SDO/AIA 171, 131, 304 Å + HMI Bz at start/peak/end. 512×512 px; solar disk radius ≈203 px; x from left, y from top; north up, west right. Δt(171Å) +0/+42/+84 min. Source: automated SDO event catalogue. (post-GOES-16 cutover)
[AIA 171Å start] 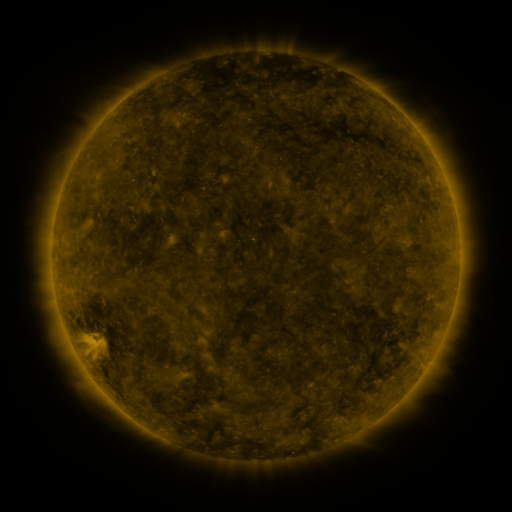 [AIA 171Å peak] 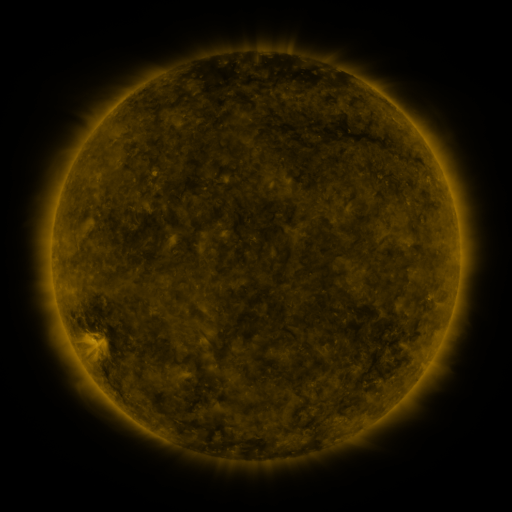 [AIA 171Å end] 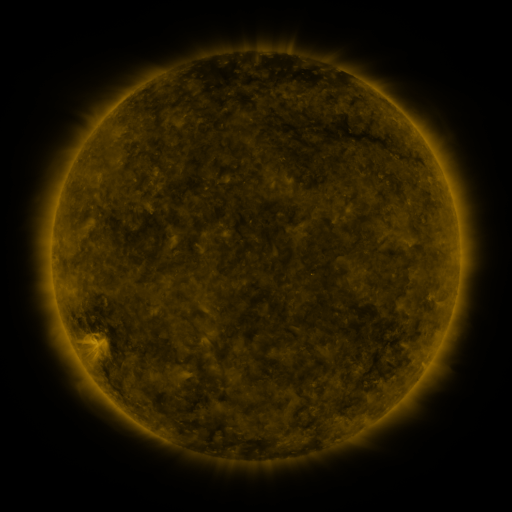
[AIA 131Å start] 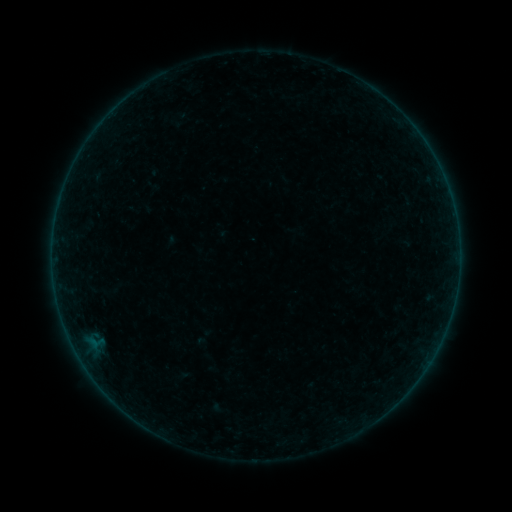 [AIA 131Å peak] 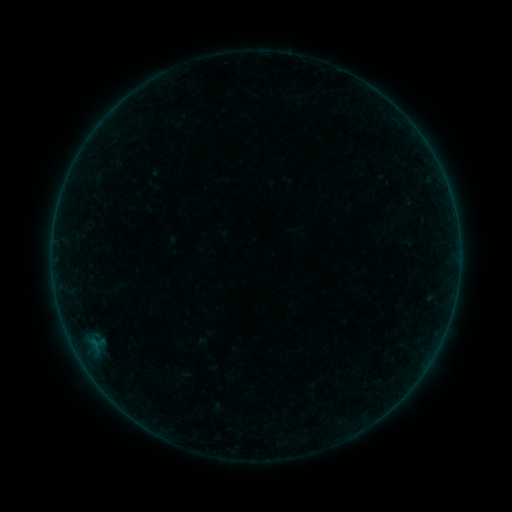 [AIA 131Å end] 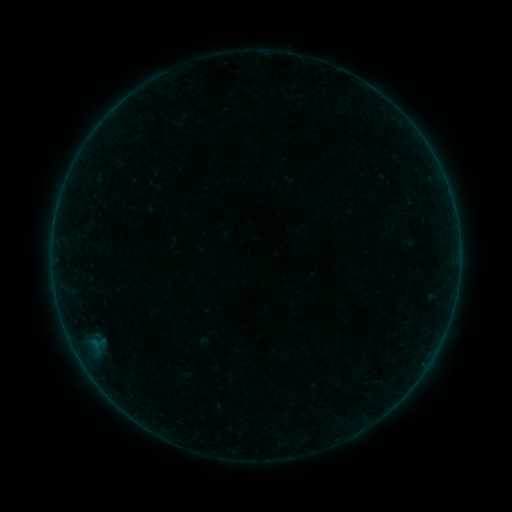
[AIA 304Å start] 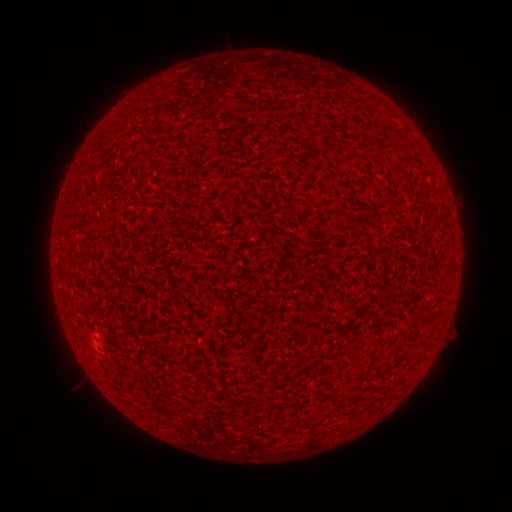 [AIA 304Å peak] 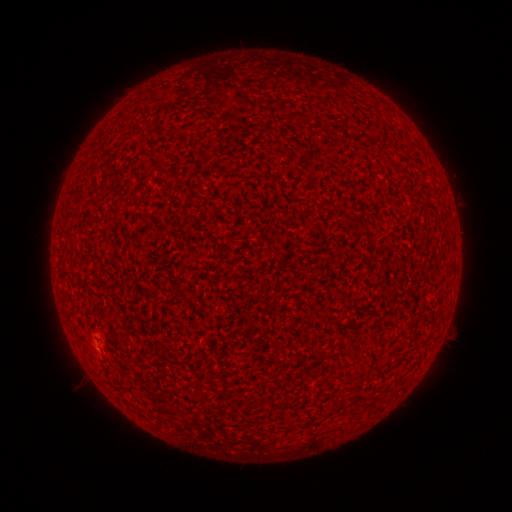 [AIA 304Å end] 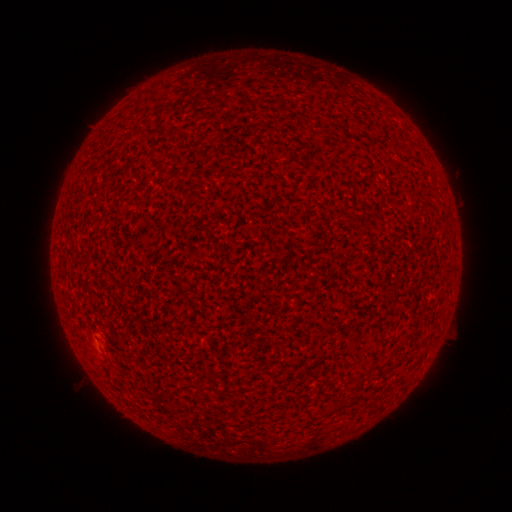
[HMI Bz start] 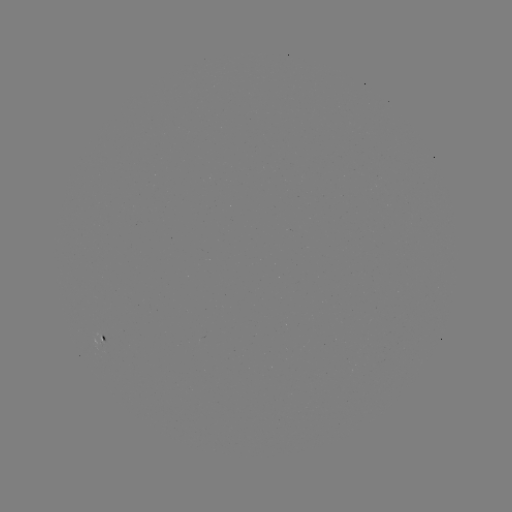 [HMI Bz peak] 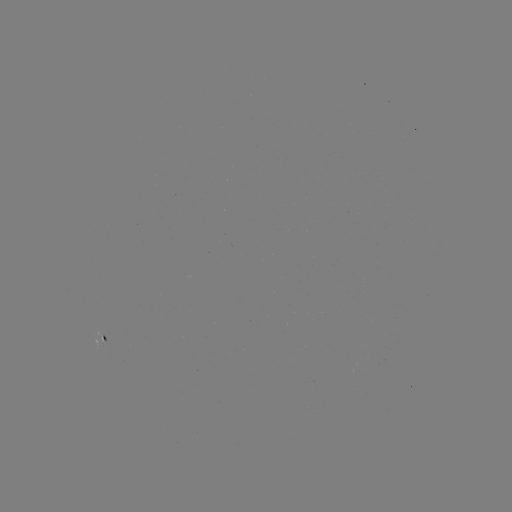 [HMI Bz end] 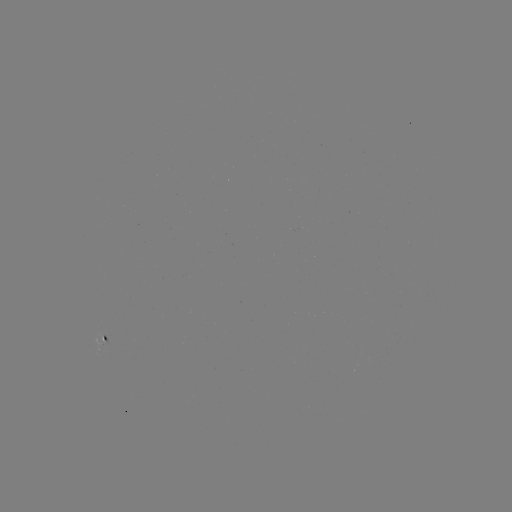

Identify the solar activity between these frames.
A2.7 flare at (97, 353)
